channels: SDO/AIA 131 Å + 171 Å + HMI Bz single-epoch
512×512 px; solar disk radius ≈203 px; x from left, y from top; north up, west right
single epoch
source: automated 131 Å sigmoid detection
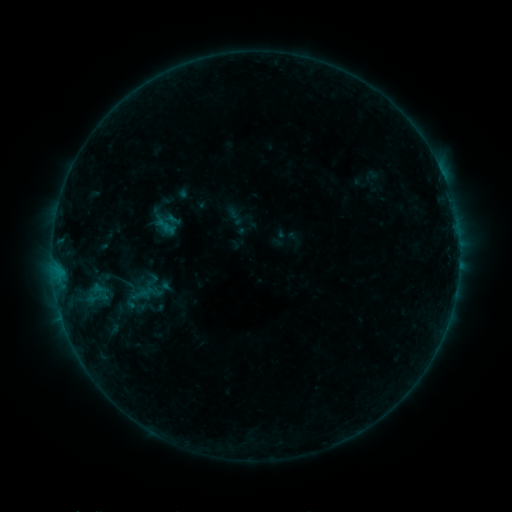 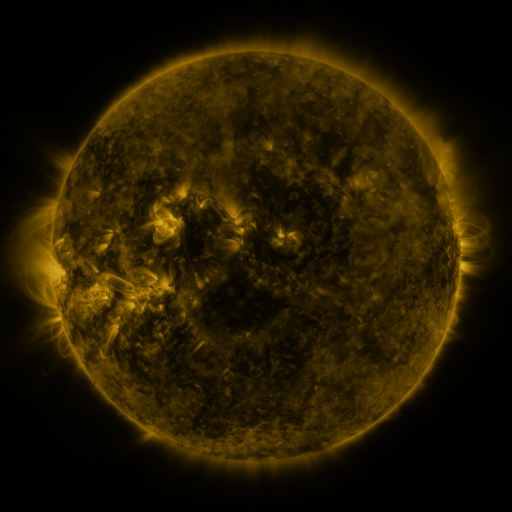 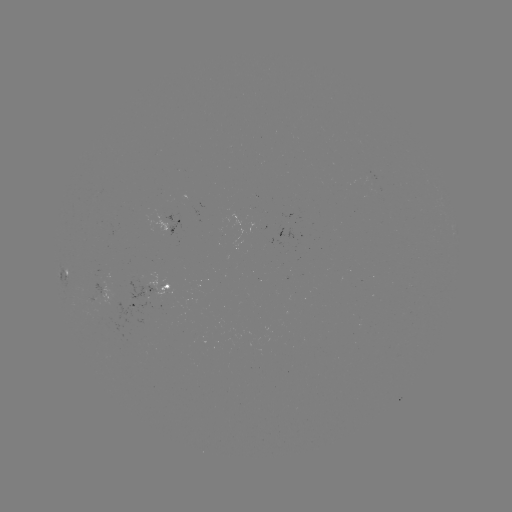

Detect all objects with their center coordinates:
sigmoid: <bbox>147, 203, 184, 239</bbox>
sigmoid: <bbox>137, 283, 158, 300</bbox>
